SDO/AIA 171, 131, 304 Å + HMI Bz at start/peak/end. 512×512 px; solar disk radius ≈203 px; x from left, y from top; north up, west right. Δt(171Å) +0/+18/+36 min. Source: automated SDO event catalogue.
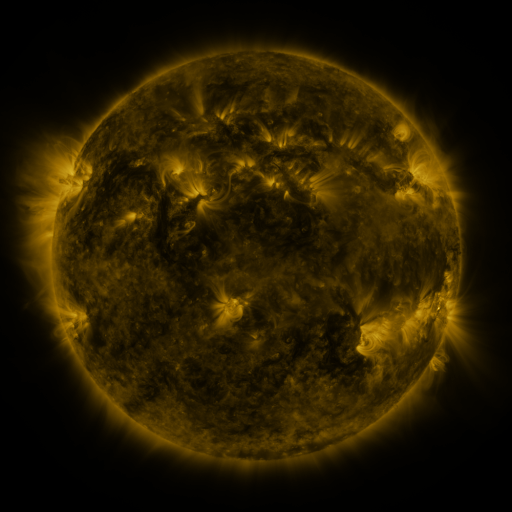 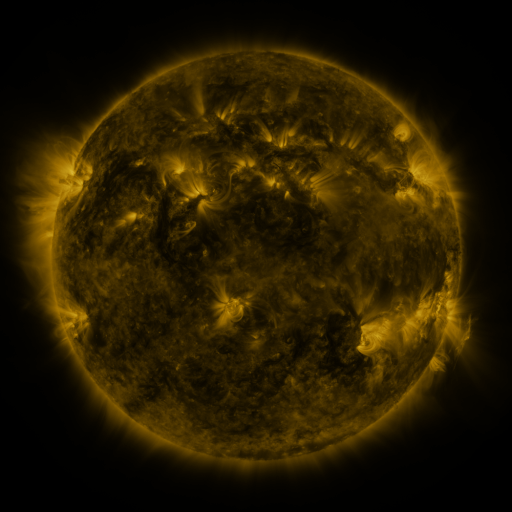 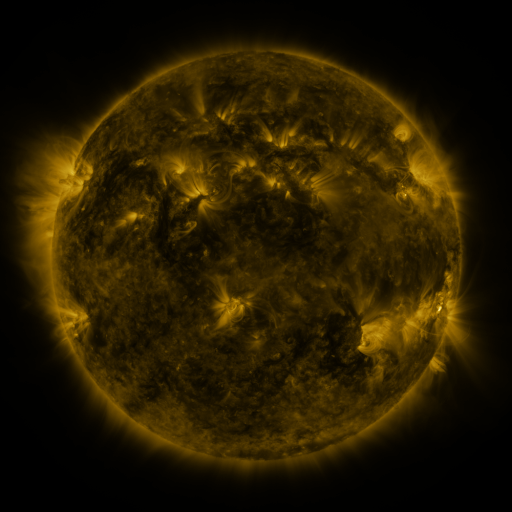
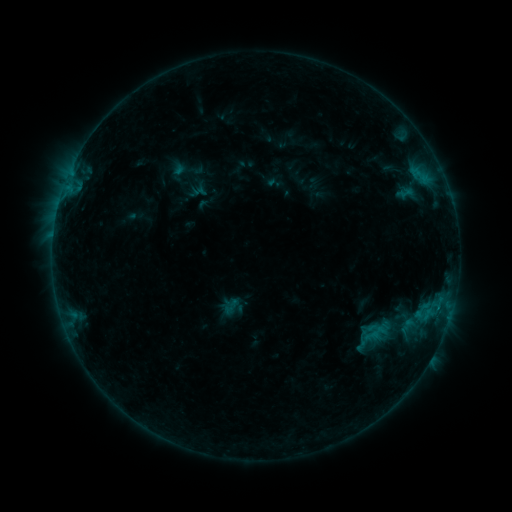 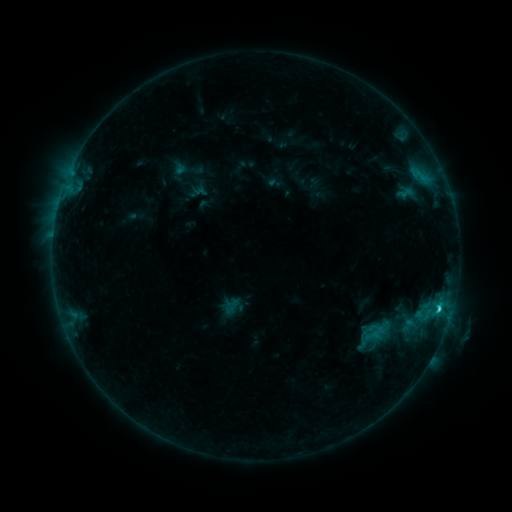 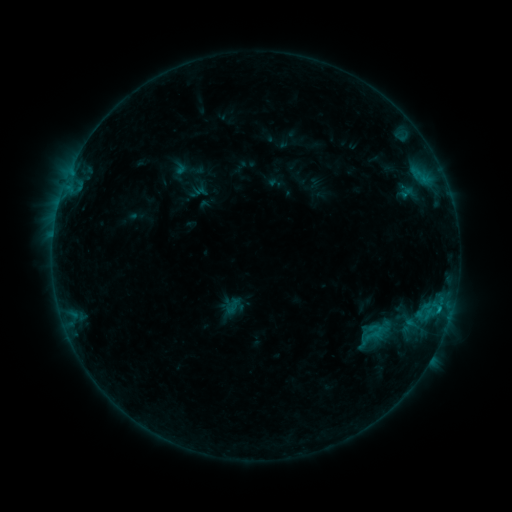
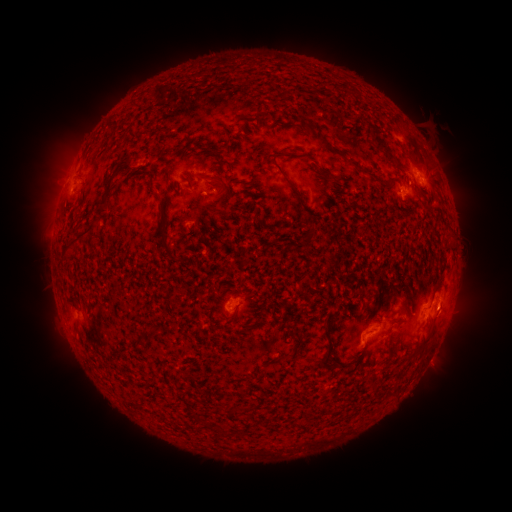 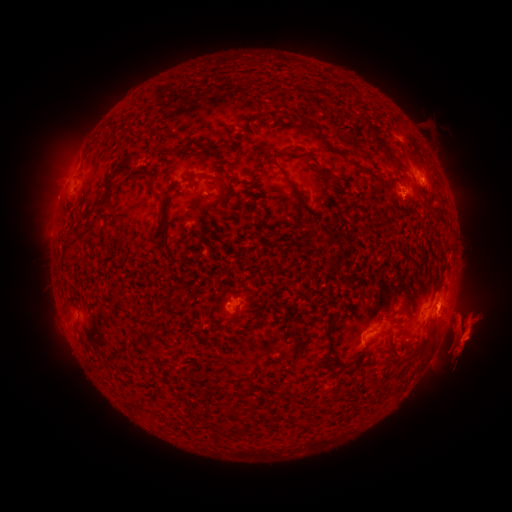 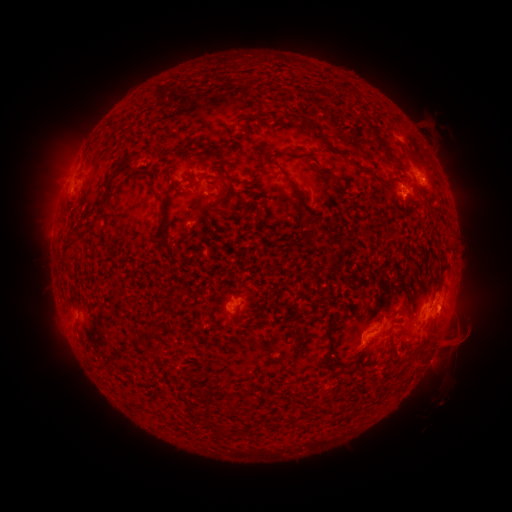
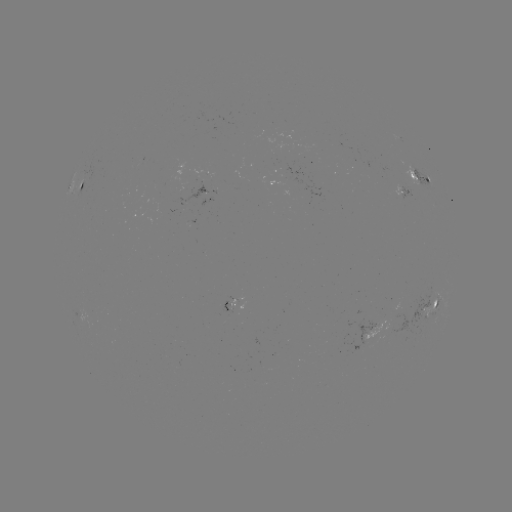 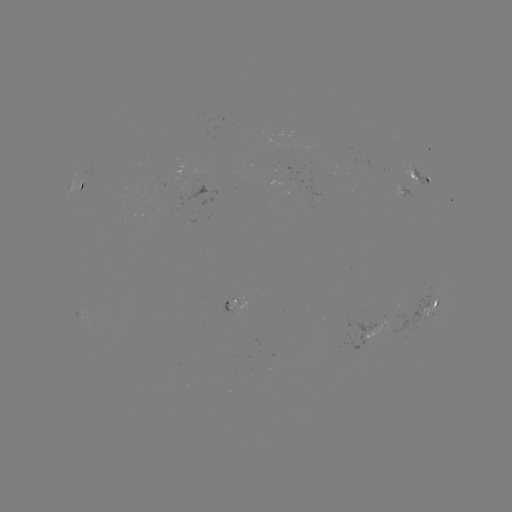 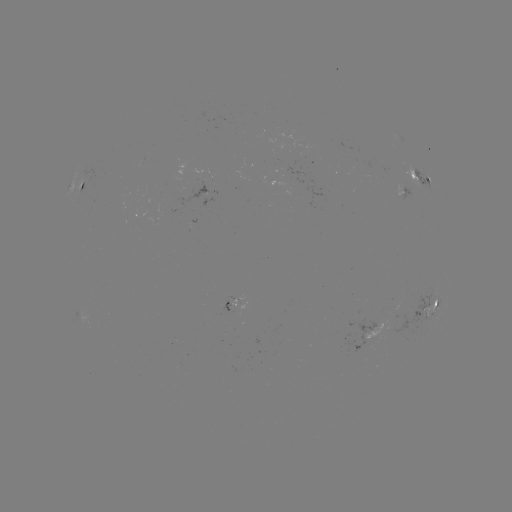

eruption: [314, 141, 511, 447]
